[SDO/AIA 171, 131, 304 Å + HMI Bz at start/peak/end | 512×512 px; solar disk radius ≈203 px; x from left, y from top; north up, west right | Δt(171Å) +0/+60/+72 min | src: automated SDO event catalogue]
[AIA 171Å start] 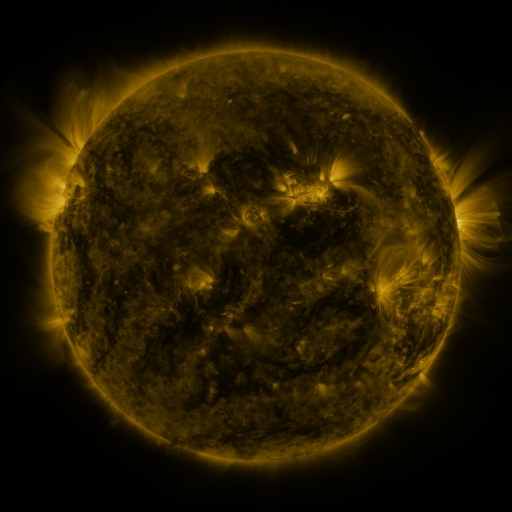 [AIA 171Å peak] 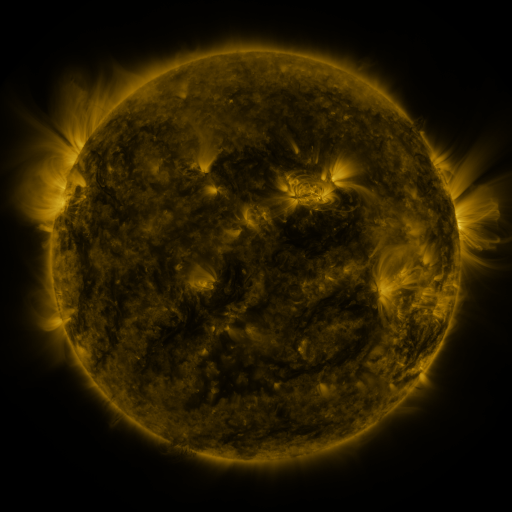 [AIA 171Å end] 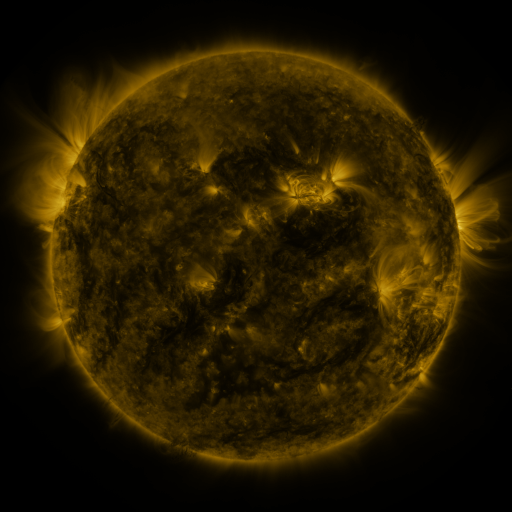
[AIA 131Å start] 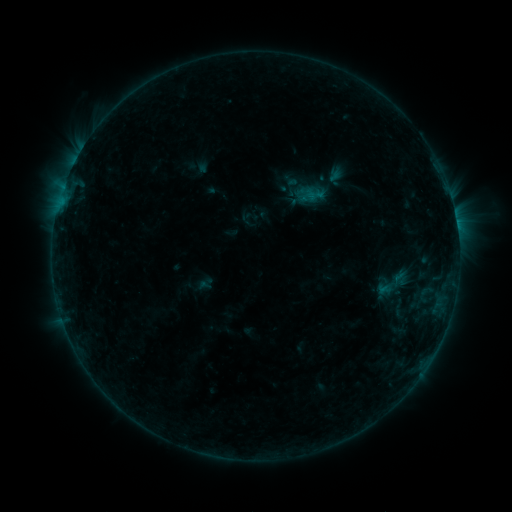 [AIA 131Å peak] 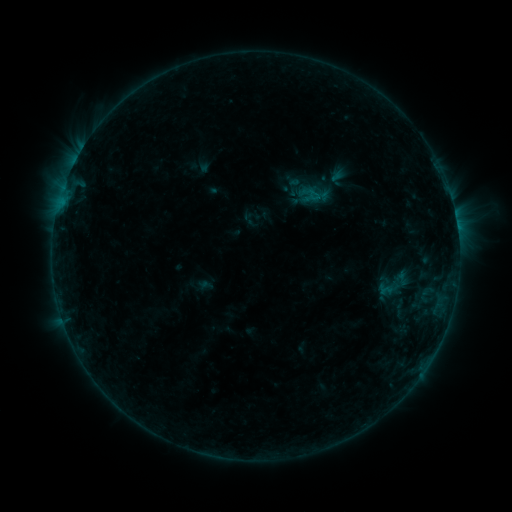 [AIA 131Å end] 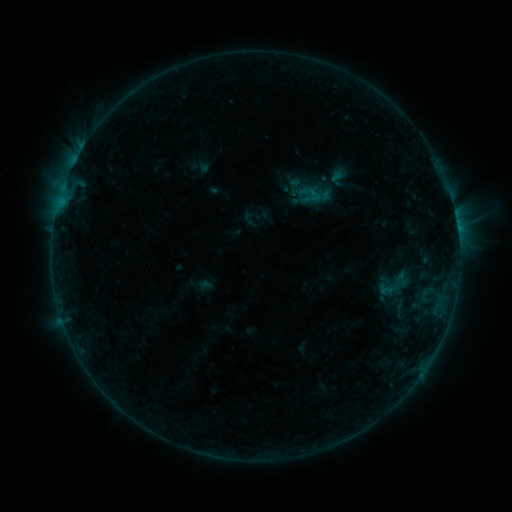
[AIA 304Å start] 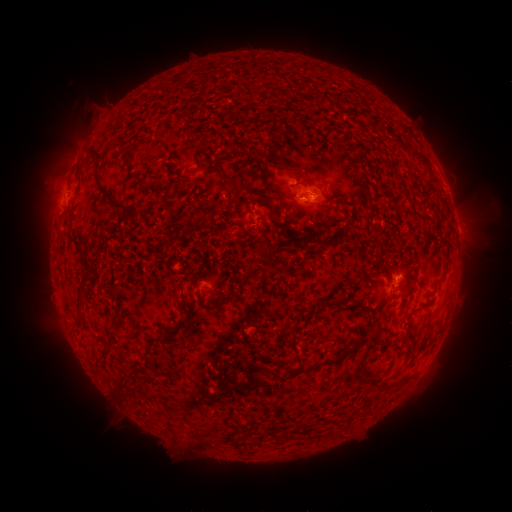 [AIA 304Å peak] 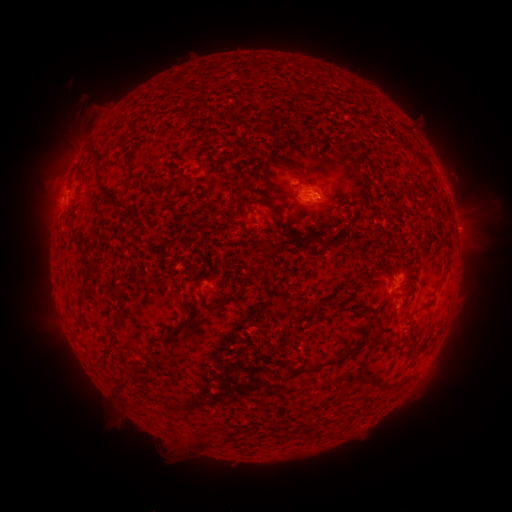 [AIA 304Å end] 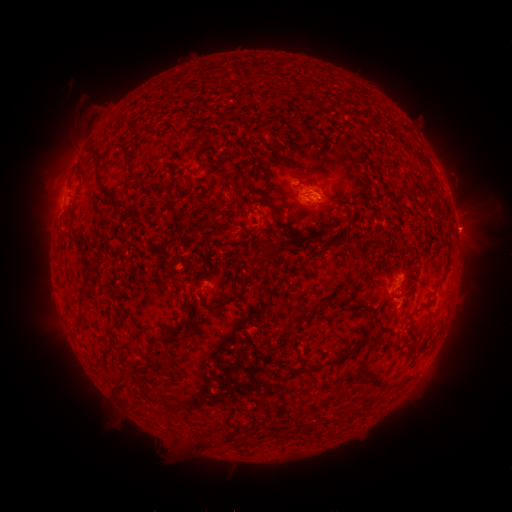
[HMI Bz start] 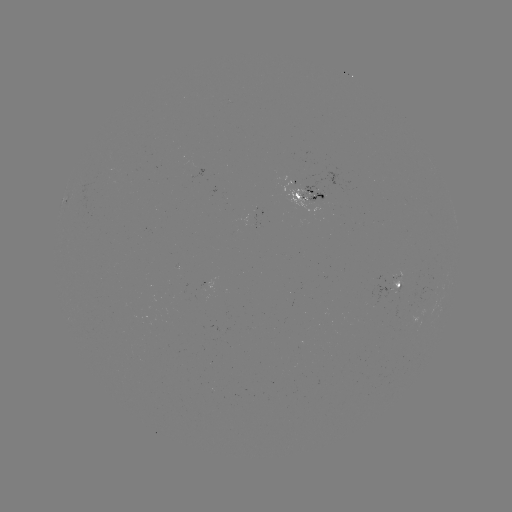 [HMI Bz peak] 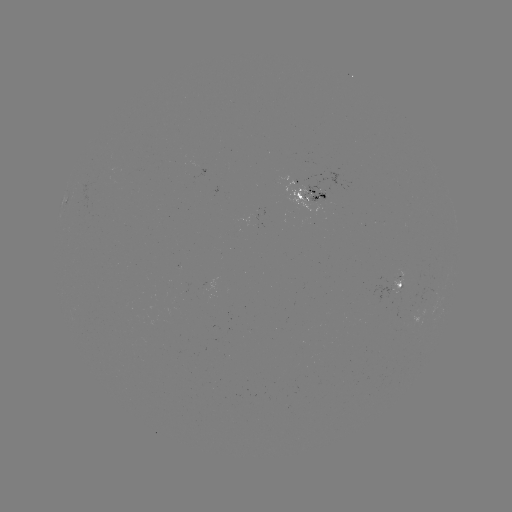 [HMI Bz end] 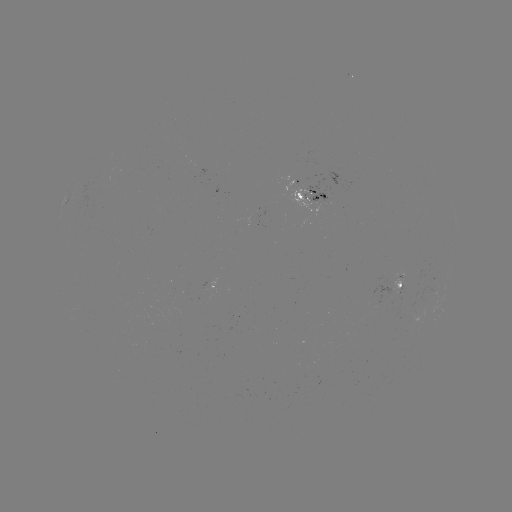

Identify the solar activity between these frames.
emerging-flux region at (387, 292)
